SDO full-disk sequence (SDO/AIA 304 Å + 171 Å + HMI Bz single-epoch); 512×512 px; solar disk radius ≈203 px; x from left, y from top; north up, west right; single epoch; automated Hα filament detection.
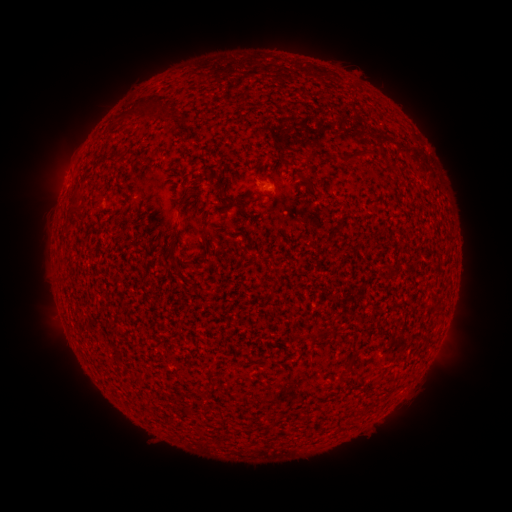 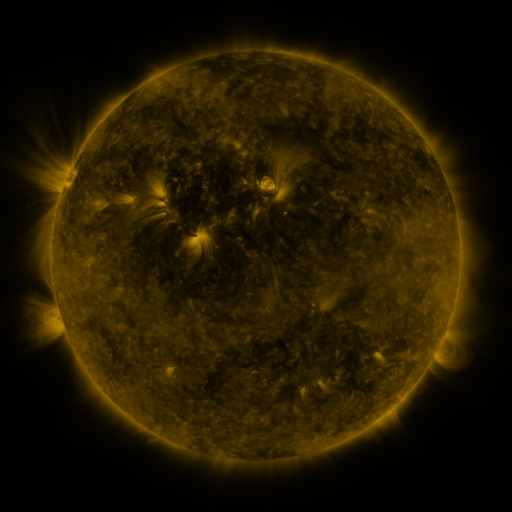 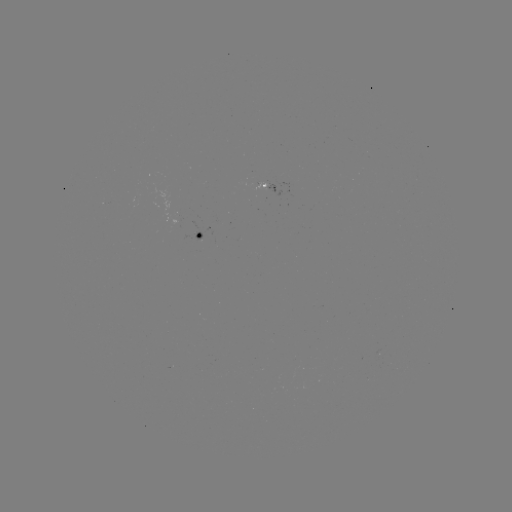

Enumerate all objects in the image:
filament: (147, 113)
filament: (357, 156)
filament: (208, 178)
filament: (78, 192)
filament: (223, 192)
filament: (186, 195)
filament: (78, 207)
filament: (176, 232)
filament: (174, 265)
filament: (295, 338)
